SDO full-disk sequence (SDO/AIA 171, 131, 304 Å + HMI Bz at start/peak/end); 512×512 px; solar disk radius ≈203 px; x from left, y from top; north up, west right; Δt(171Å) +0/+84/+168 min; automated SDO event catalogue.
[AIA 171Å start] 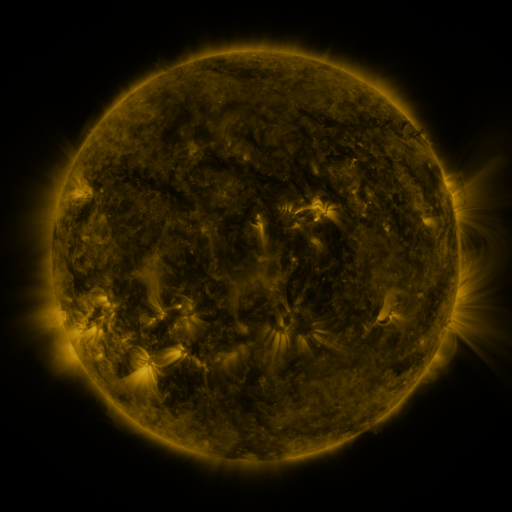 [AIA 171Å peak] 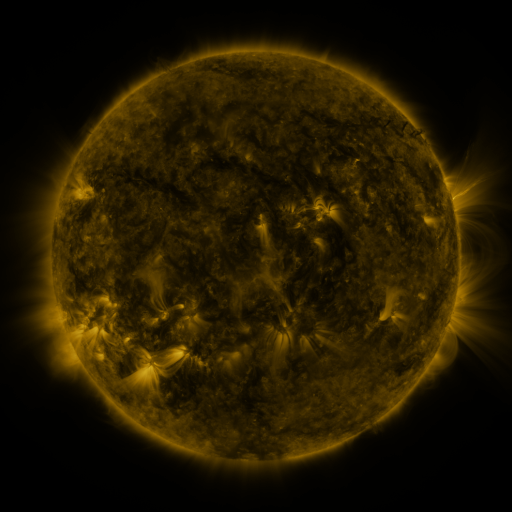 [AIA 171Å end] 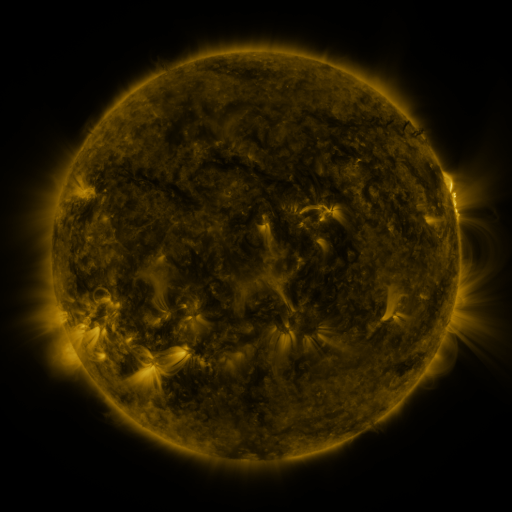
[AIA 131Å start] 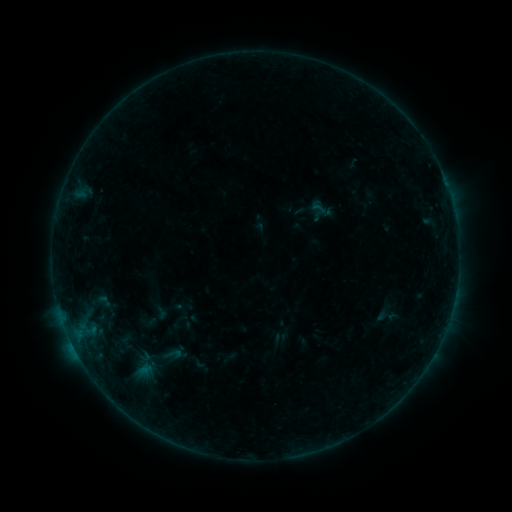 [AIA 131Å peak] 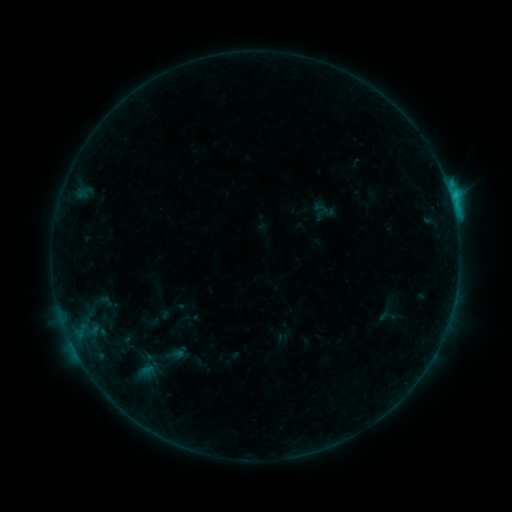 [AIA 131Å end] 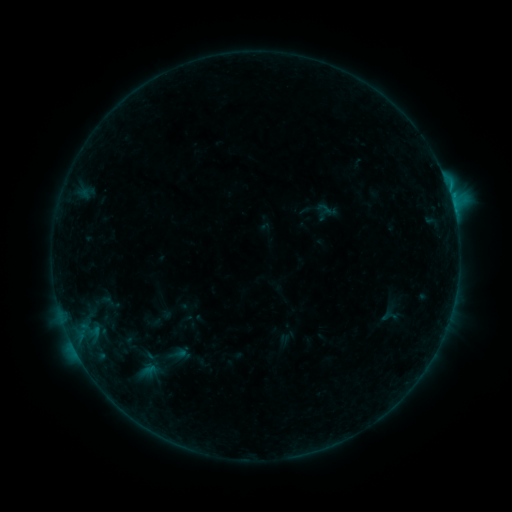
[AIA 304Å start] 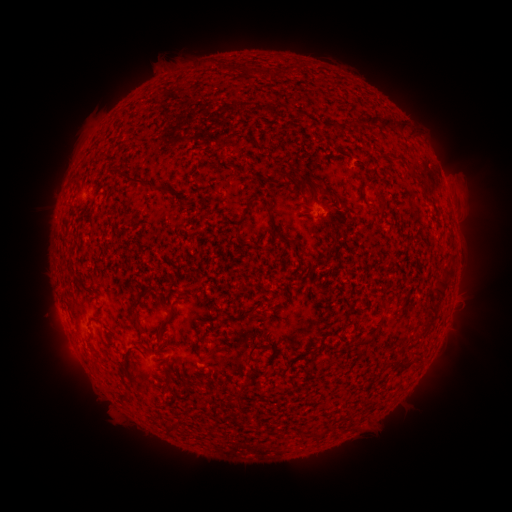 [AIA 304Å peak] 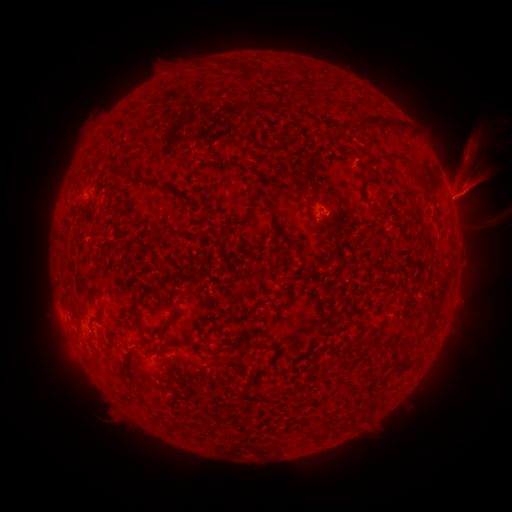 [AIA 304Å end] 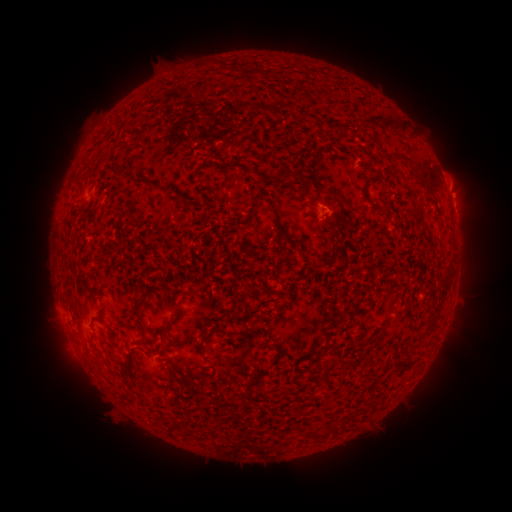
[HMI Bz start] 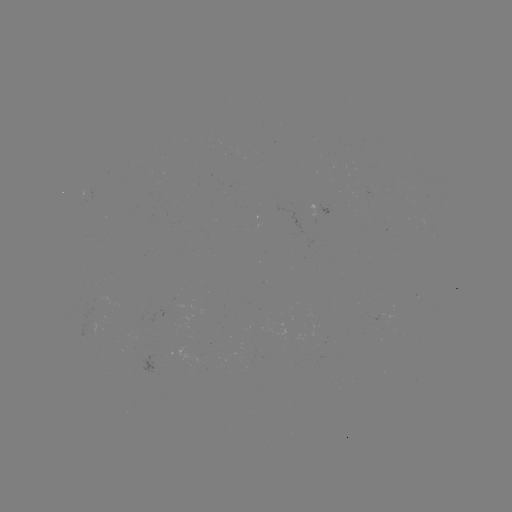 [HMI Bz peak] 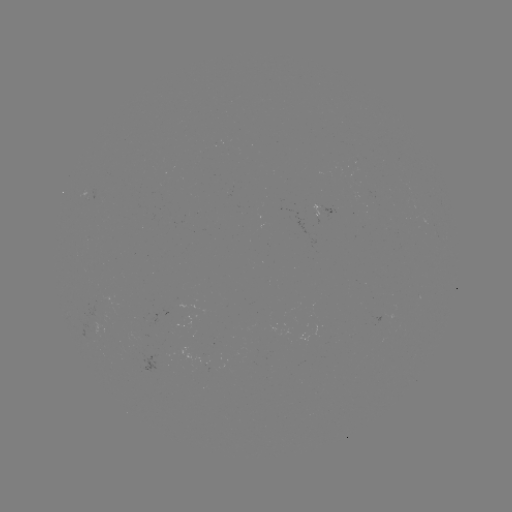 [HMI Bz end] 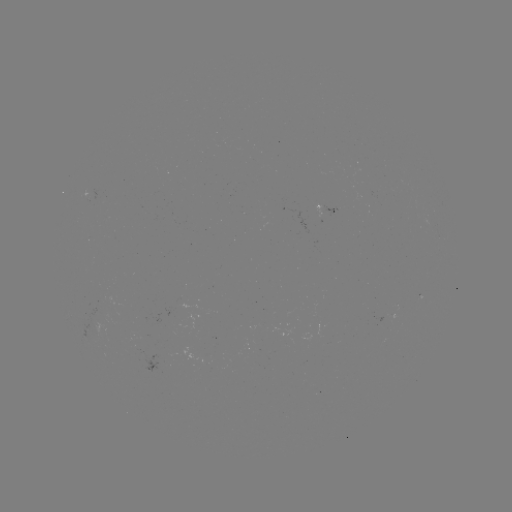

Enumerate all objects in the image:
filament eruption: (461, 187)
